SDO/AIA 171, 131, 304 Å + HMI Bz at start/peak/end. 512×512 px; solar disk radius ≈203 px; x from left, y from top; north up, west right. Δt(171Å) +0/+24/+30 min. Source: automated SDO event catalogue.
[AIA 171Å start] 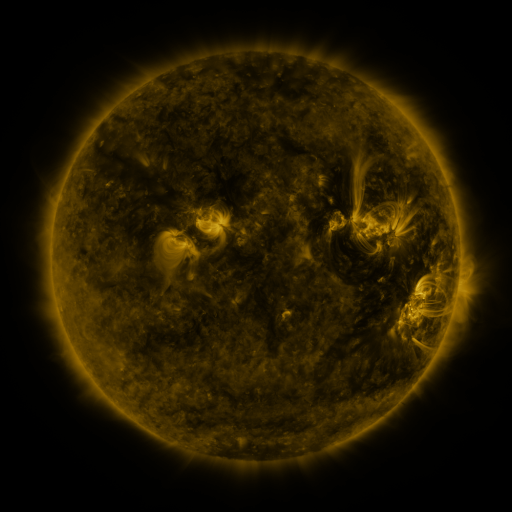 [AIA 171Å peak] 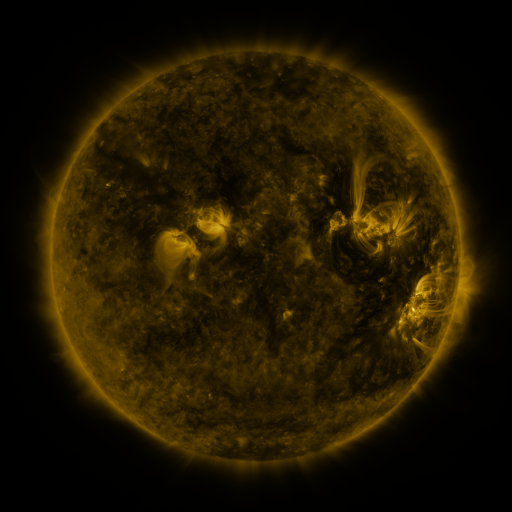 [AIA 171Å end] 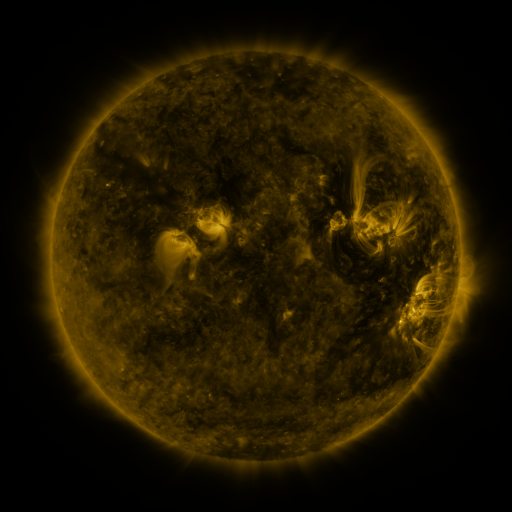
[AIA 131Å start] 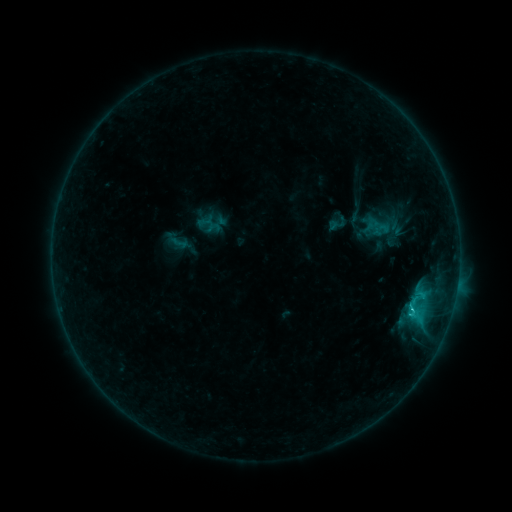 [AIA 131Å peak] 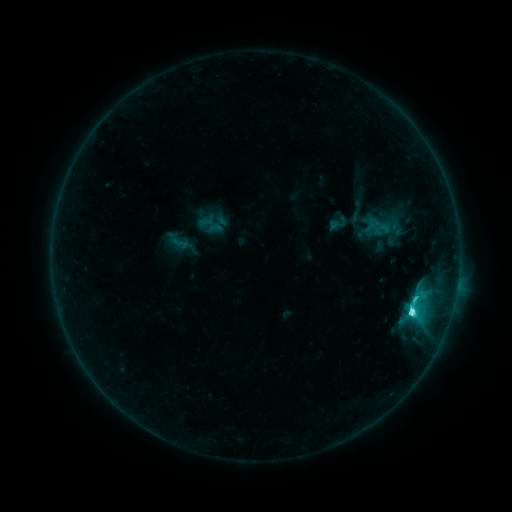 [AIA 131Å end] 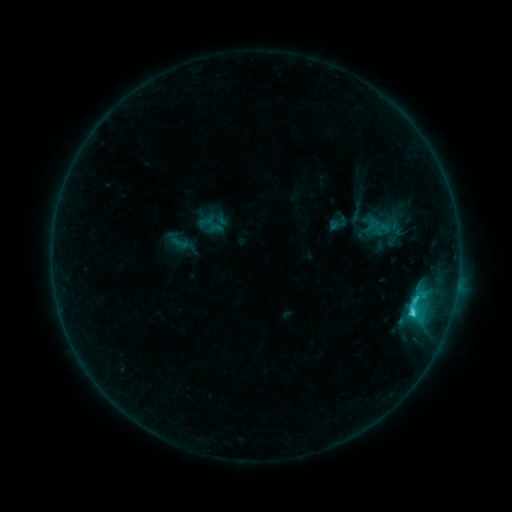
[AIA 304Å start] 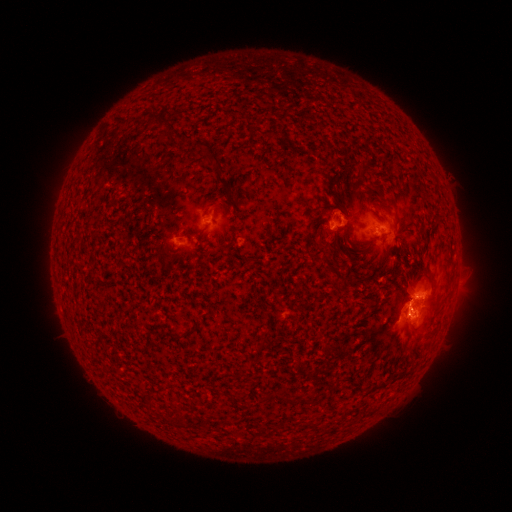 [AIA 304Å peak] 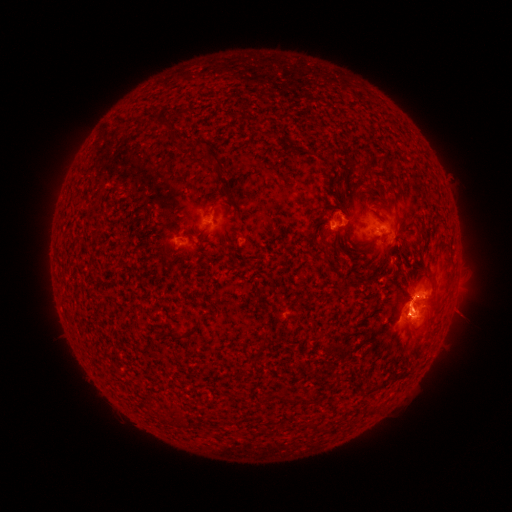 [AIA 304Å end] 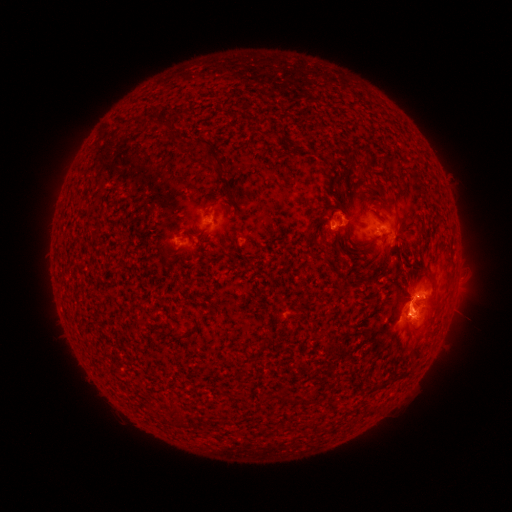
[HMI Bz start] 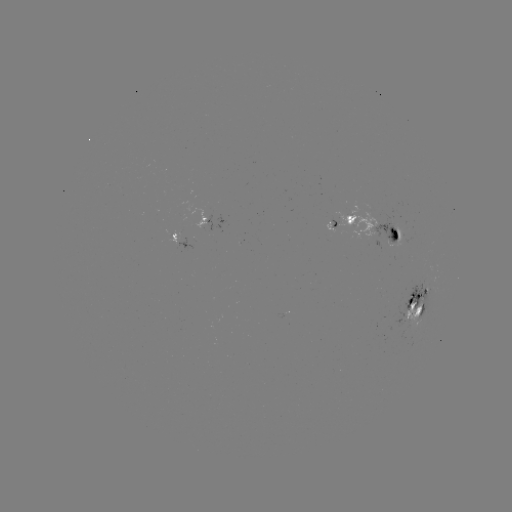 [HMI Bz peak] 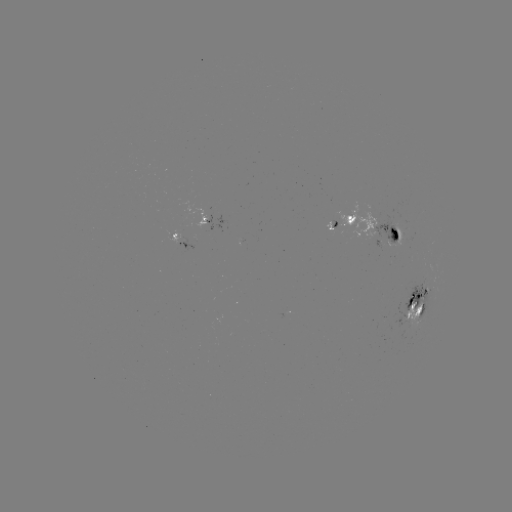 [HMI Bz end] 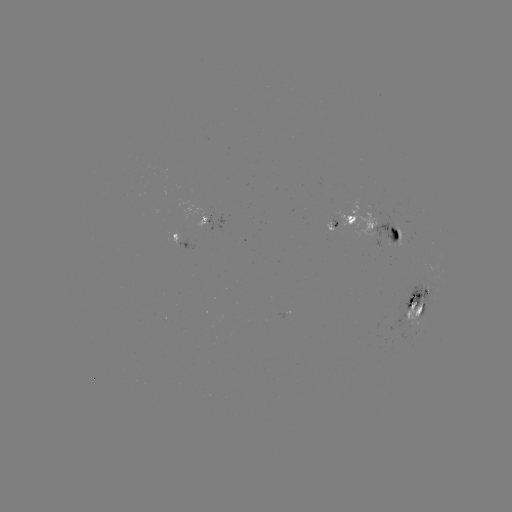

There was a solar flare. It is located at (411, 310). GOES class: C5.2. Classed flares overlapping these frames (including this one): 1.